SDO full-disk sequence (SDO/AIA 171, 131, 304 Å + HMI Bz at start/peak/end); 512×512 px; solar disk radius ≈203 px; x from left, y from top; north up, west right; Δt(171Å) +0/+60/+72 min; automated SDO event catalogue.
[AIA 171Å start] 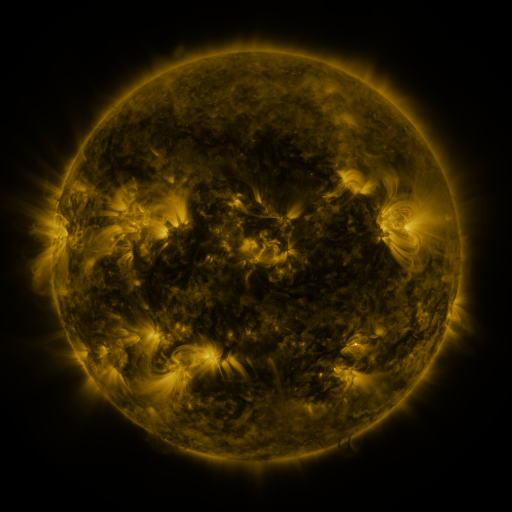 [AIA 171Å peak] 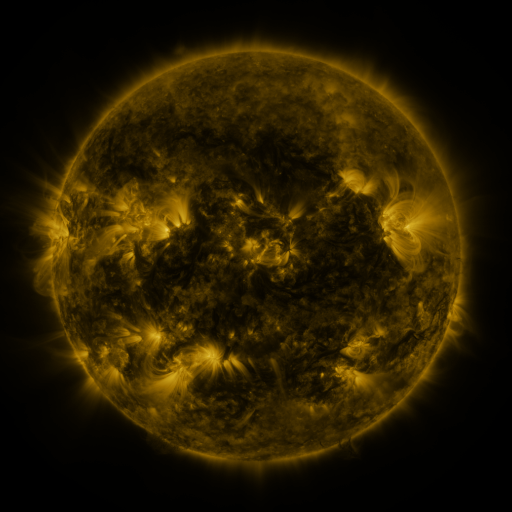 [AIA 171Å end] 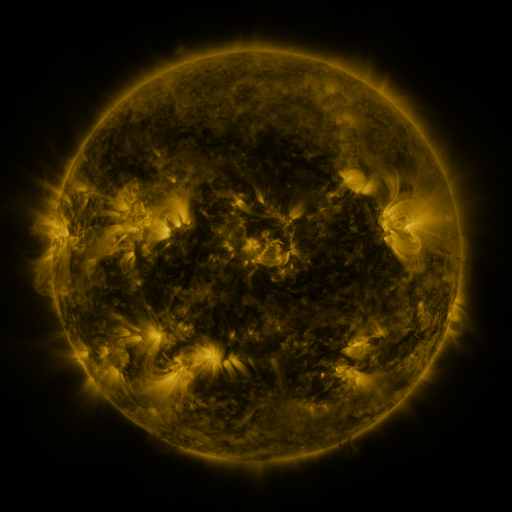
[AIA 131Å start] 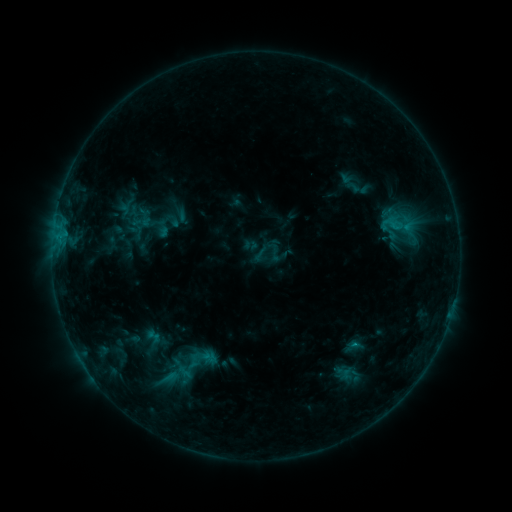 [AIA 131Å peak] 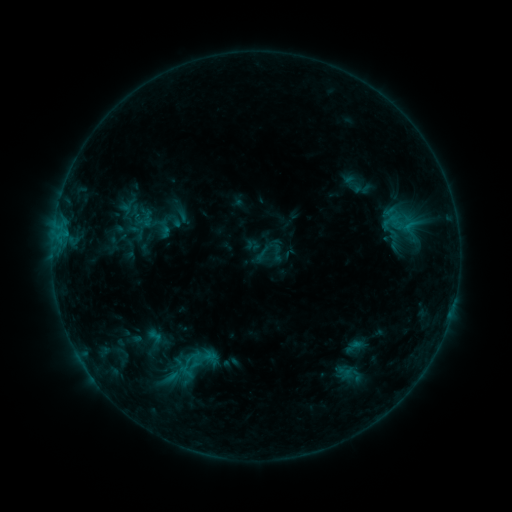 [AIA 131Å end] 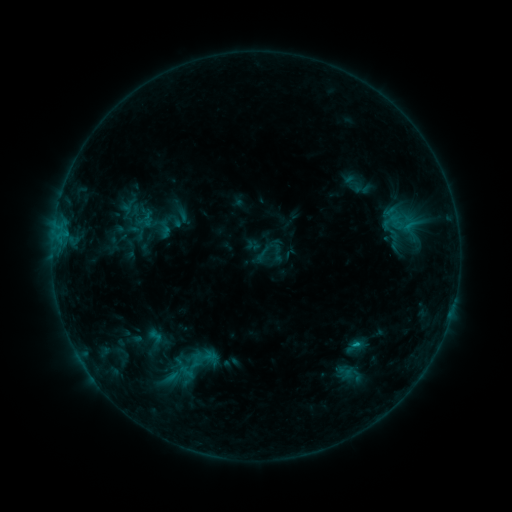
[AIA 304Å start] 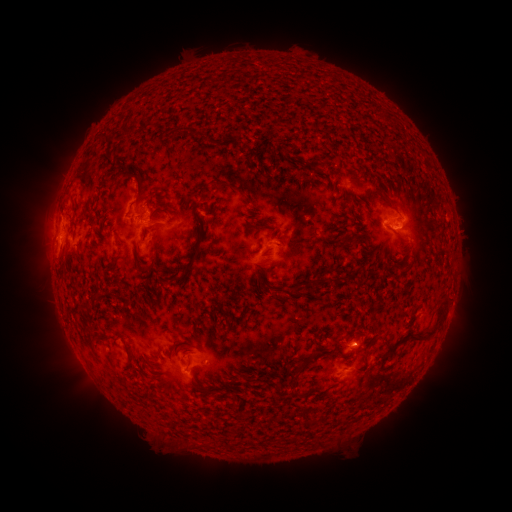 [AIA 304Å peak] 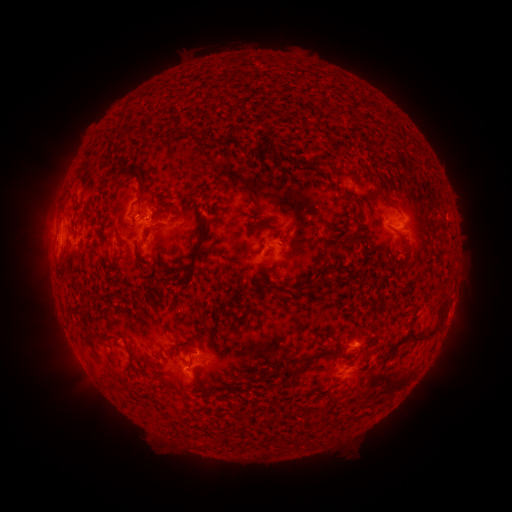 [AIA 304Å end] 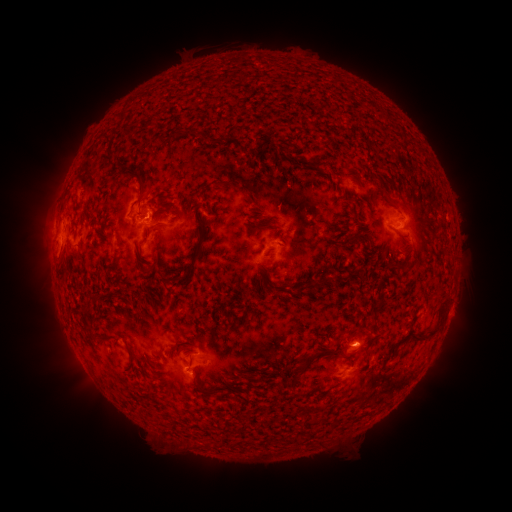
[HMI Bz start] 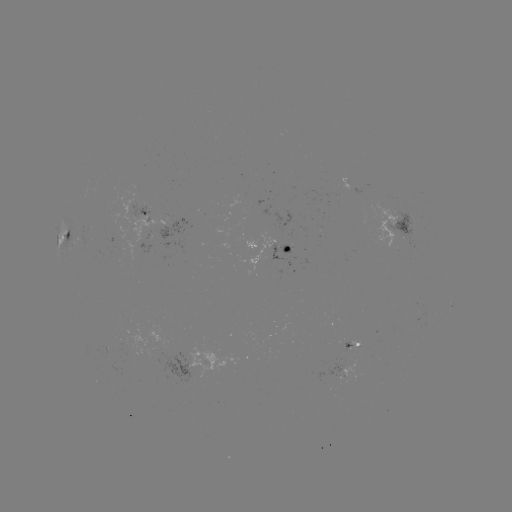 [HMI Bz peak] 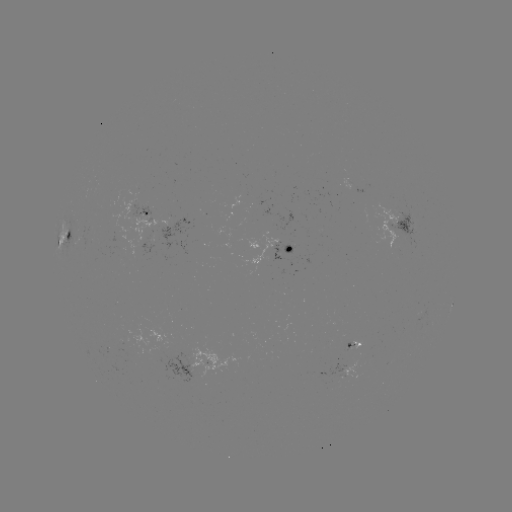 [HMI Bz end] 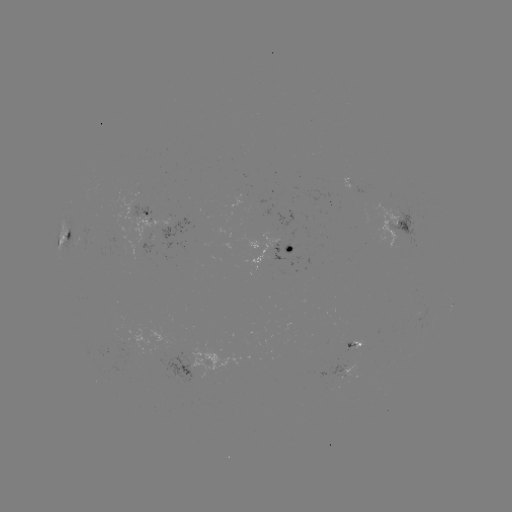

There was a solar emerging-flux region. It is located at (347, 347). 